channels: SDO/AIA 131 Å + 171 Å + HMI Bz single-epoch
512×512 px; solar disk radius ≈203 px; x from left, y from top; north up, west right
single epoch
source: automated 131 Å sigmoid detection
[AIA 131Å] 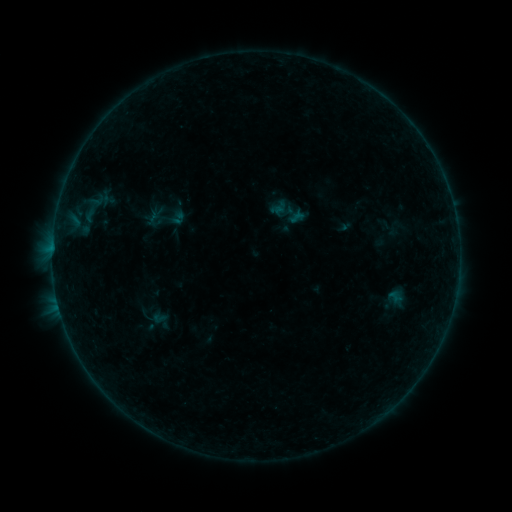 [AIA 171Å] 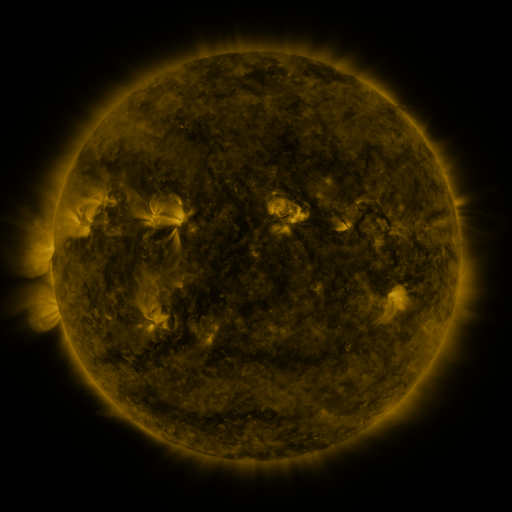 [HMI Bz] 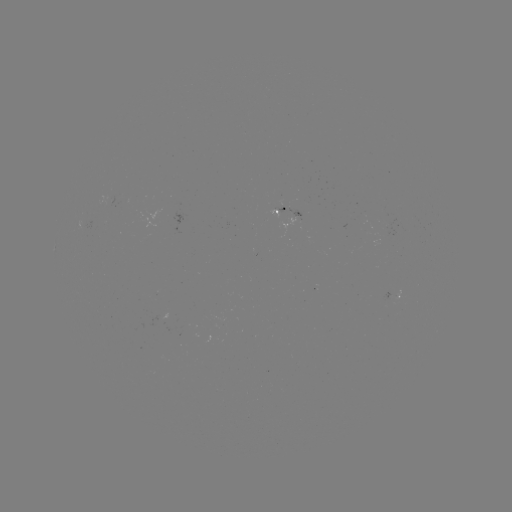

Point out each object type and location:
sigmoid: [265, 188, 317, 235]
sigmoid: [149, 205, 165, 222]
